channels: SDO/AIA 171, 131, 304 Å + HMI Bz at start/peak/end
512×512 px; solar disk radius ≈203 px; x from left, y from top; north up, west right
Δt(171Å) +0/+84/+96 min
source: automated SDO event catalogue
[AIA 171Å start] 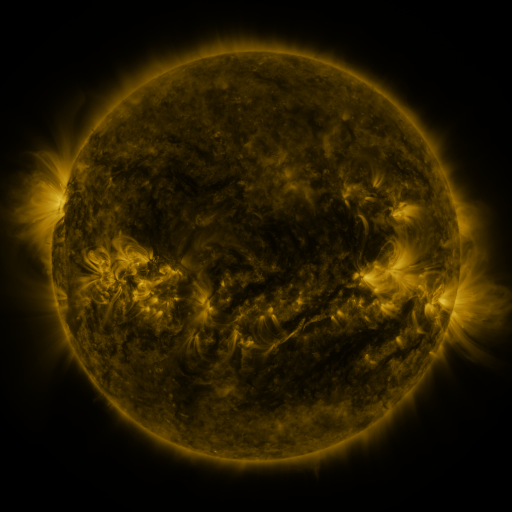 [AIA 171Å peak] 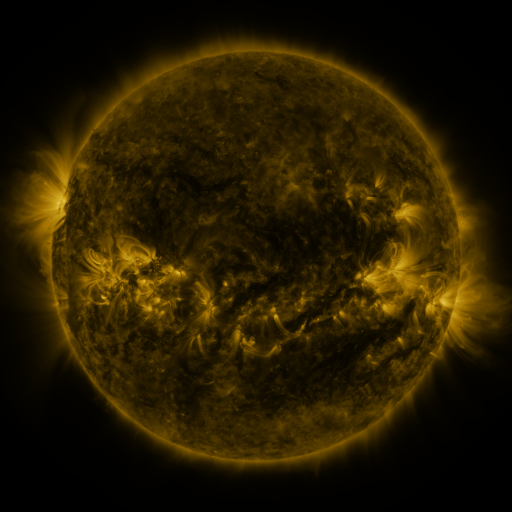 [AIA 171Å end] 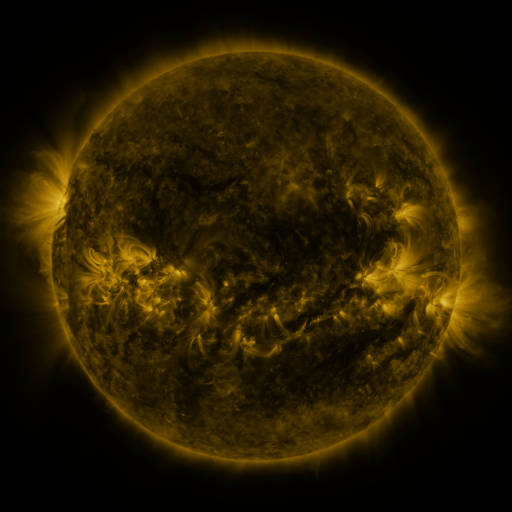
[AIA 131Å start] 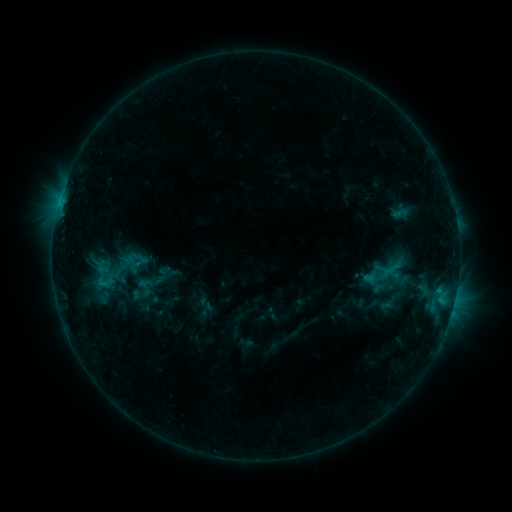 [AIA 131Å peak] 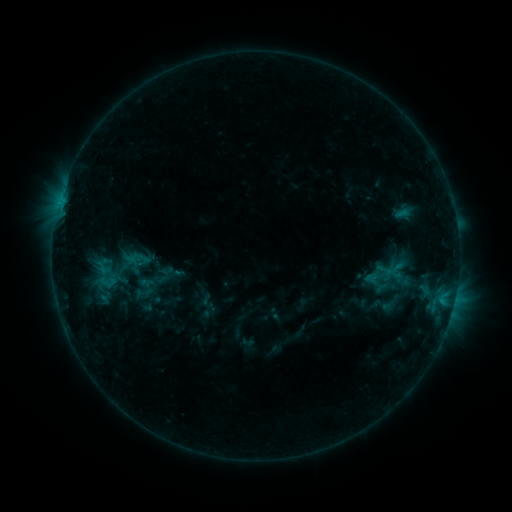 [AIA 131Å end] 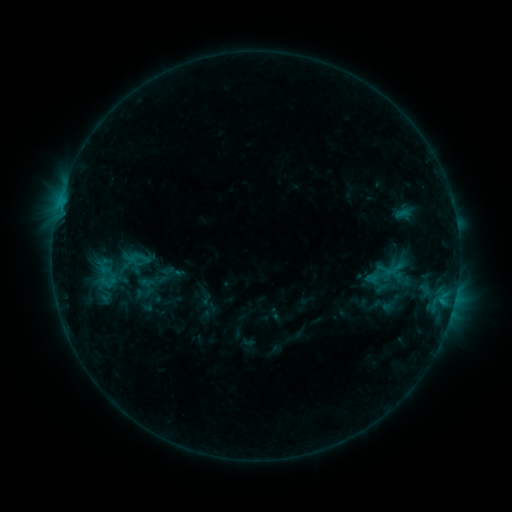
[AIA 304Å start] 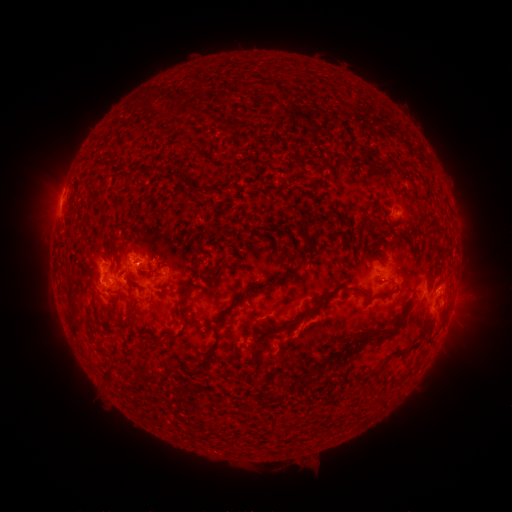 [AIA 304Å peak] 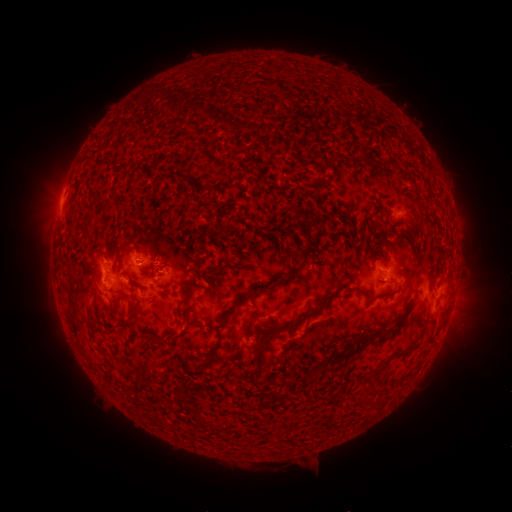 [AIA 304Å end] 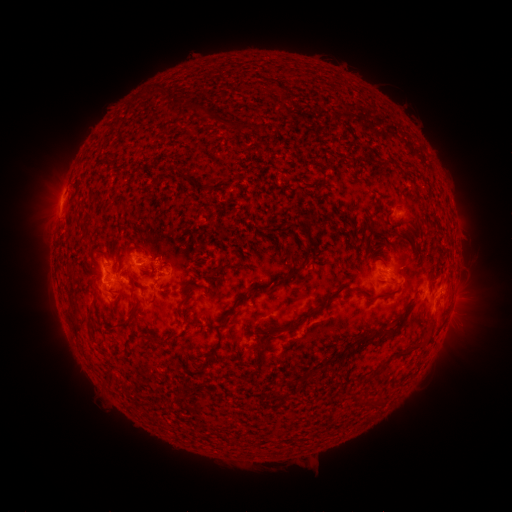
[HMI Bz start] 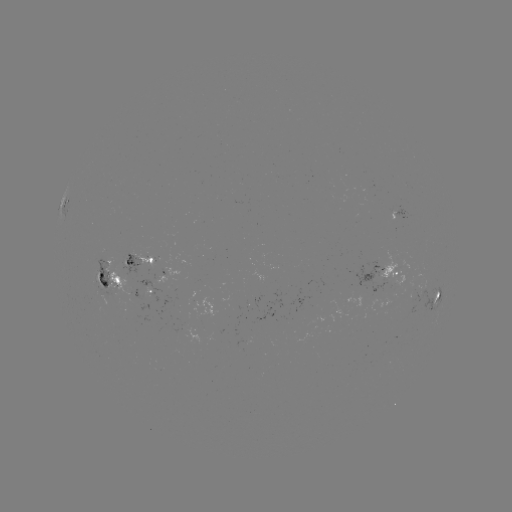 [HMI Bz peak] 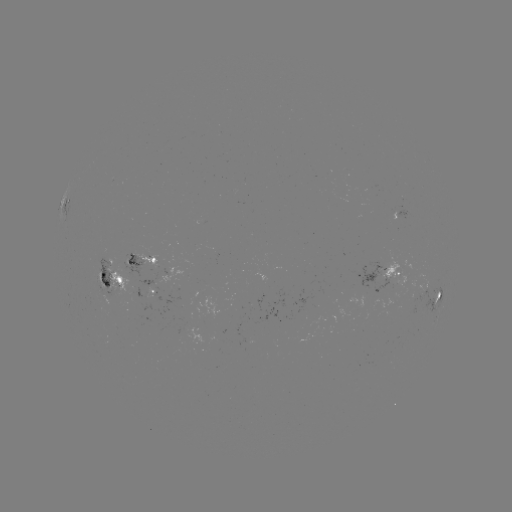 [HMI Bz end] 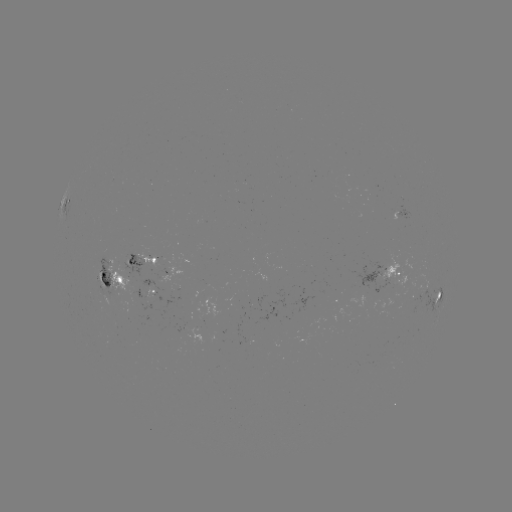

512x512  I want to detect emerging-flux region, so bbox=[94, 273, 106, 289].